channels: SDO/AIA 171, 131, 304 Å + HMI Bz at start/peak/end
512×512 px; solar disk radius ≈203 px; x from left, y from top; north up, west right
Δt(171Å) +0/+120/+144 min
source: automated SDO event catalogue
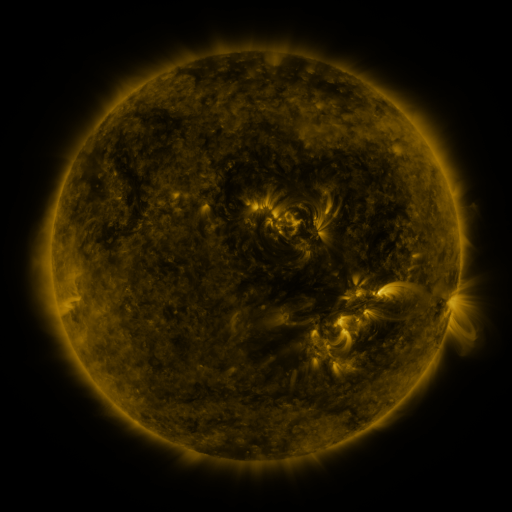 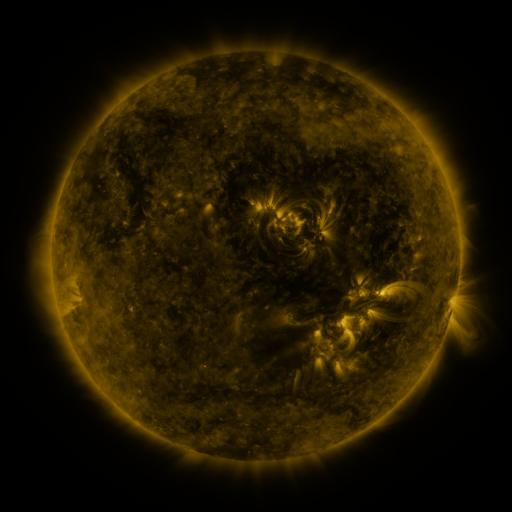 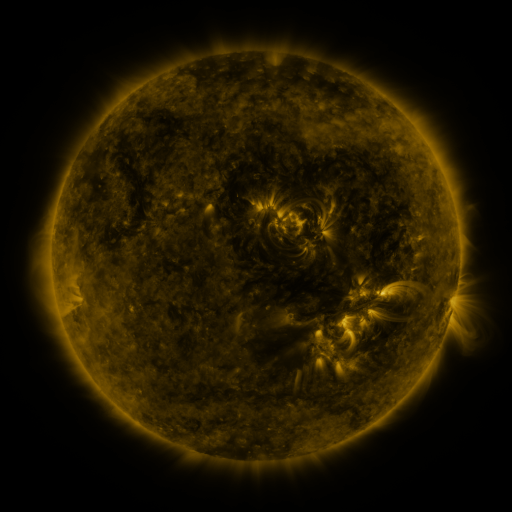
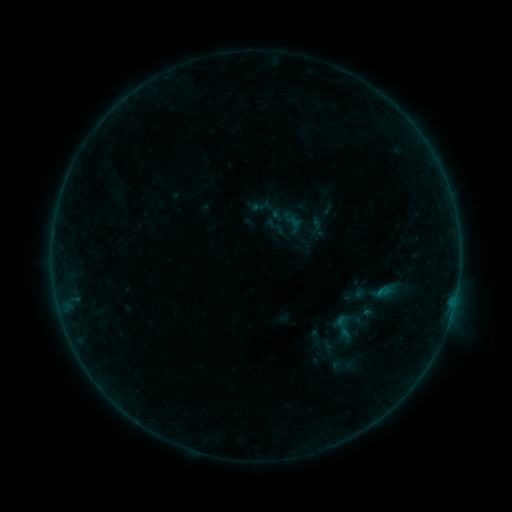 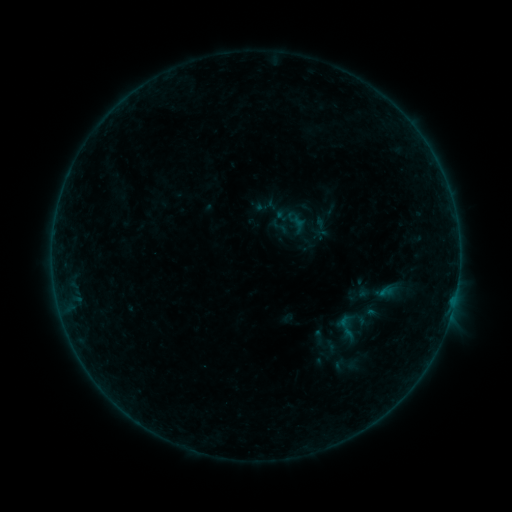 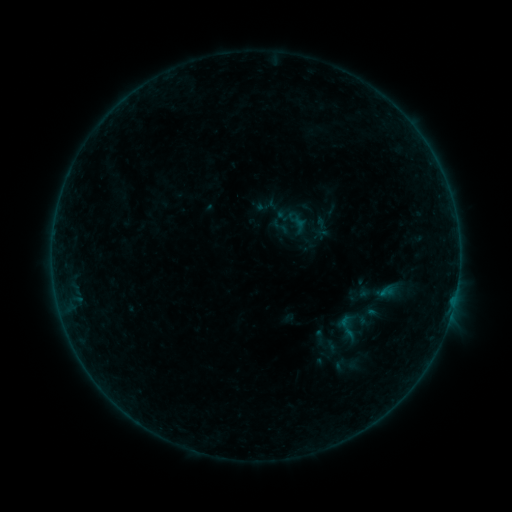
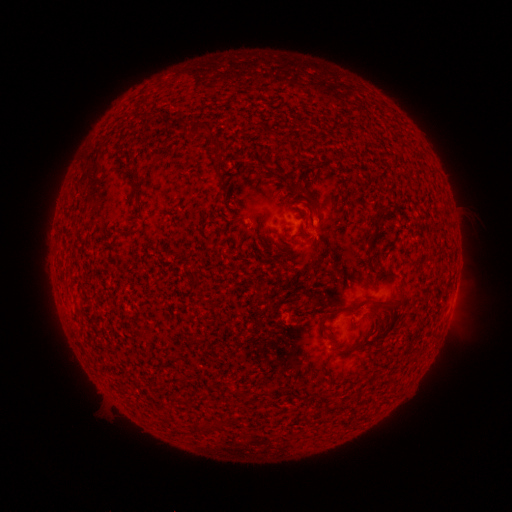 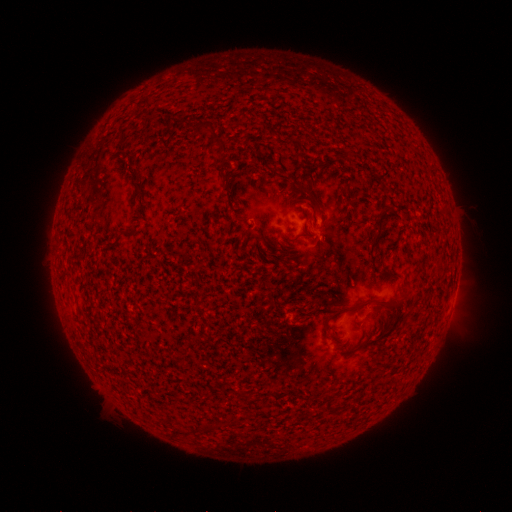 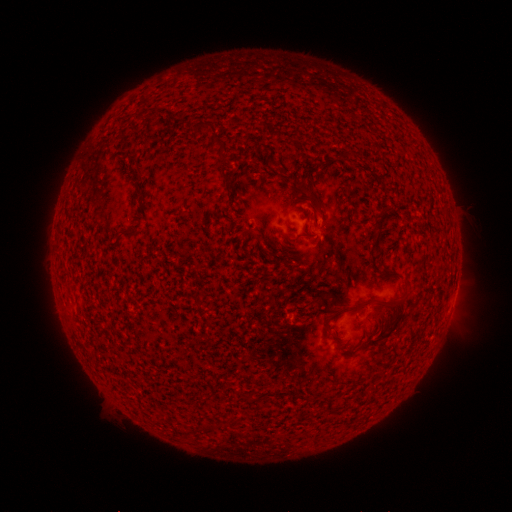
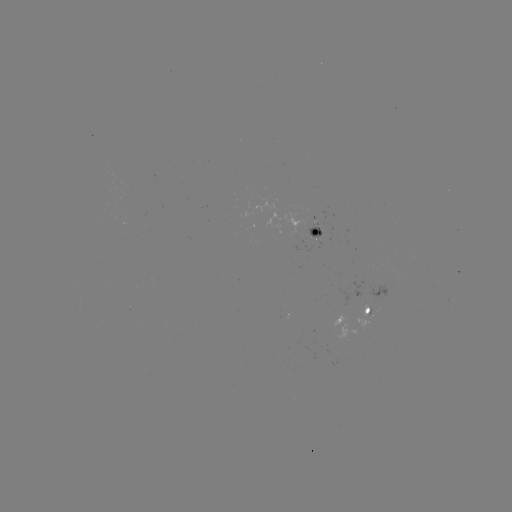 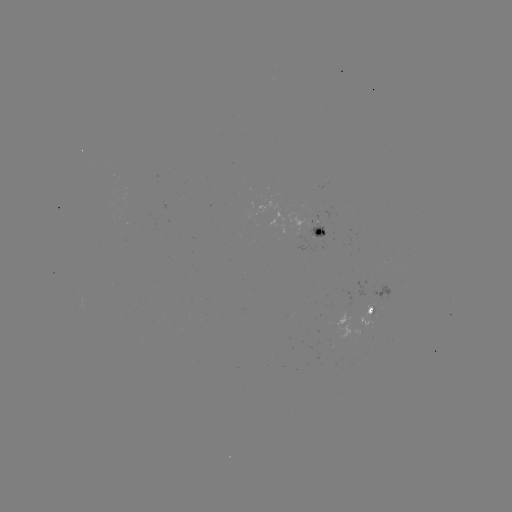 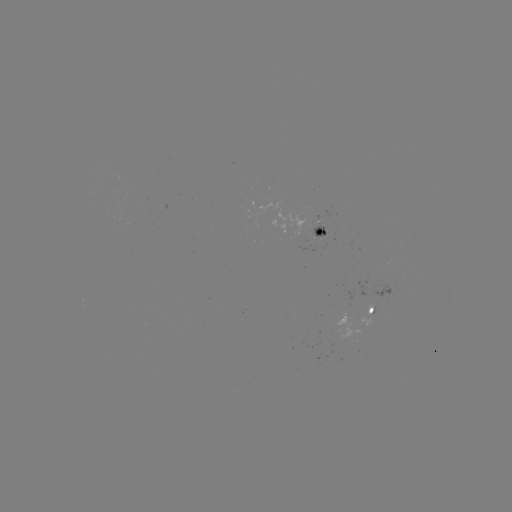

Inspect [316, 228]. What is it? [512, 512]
emerging-flux region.